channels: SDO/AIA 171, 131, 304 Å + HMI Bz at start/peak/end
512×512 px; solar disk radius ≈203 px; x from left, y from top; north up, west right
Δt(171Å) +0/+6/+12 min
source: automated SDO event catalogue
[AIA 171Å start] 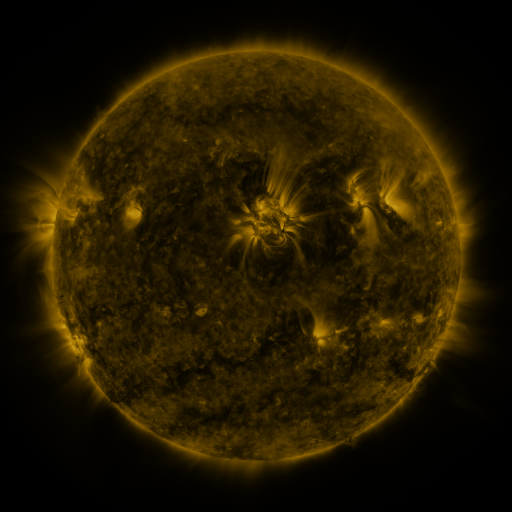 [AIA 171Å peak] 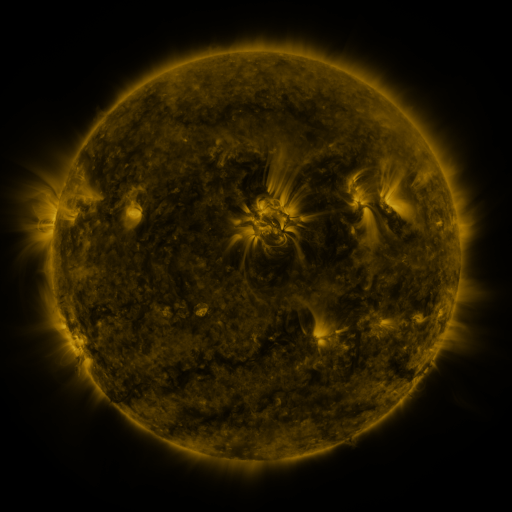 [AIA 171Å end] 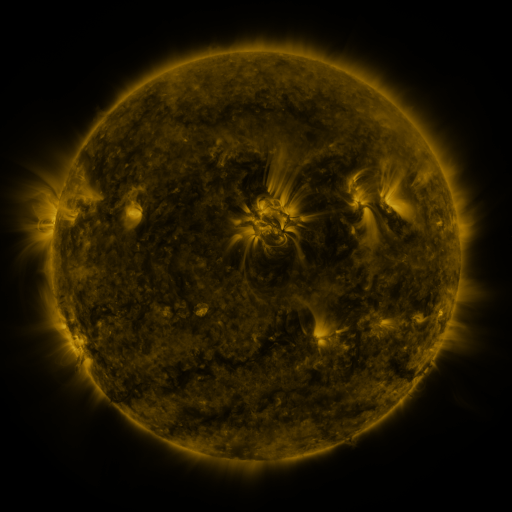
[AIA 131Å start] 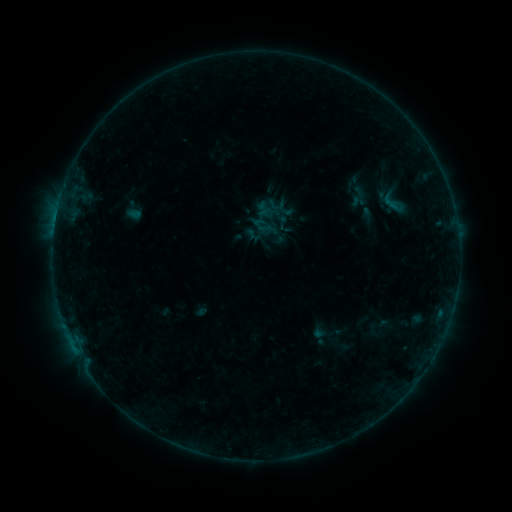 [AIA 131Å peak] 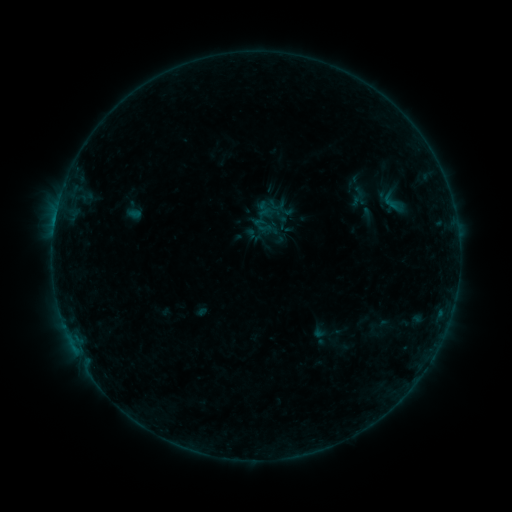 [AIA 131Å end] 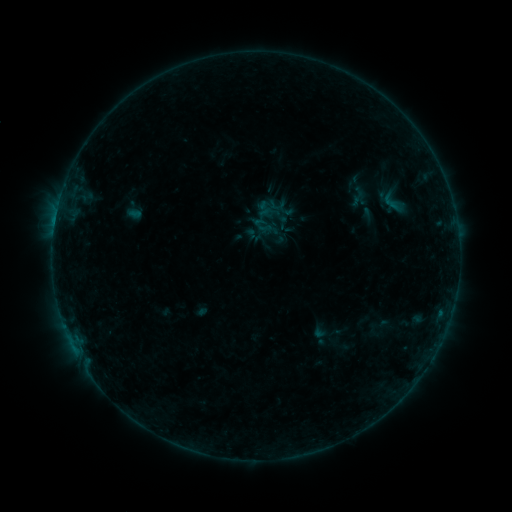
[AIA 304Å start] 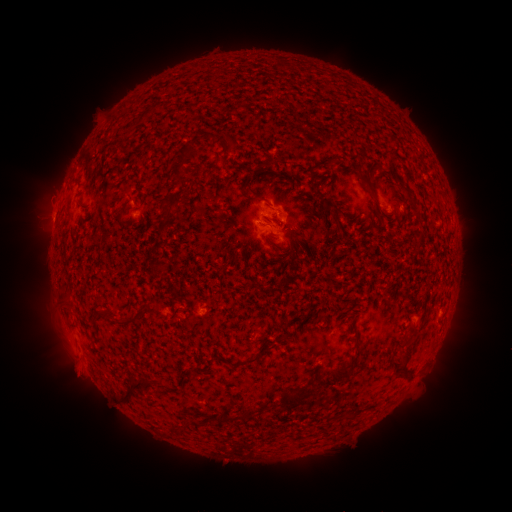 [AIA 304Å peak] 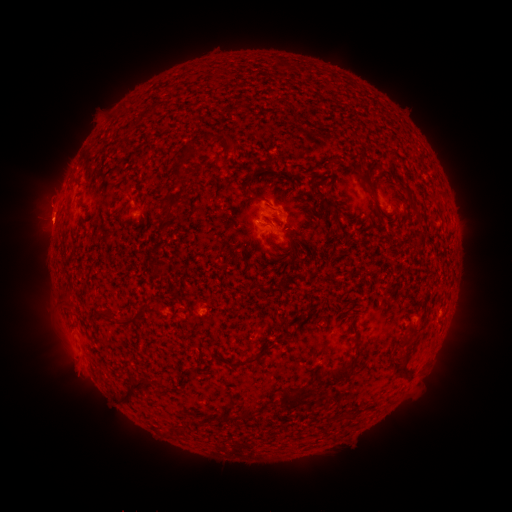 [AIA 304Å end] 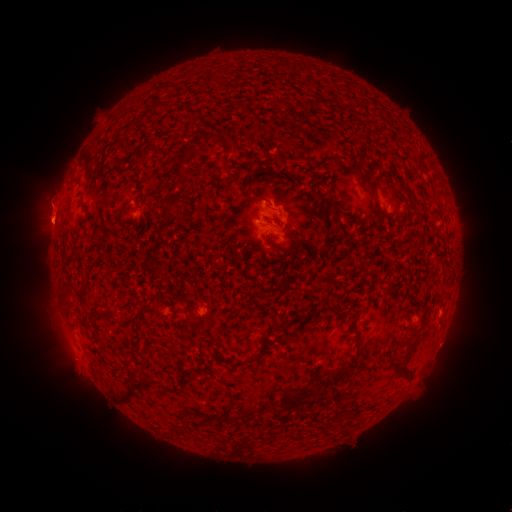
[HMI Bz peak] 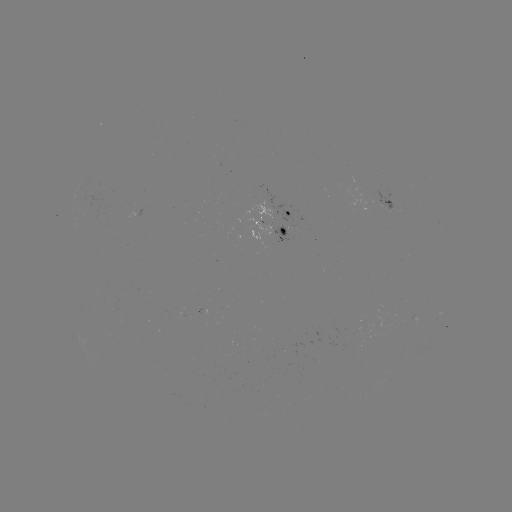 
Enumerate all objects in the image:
eruption: (48, 213)
